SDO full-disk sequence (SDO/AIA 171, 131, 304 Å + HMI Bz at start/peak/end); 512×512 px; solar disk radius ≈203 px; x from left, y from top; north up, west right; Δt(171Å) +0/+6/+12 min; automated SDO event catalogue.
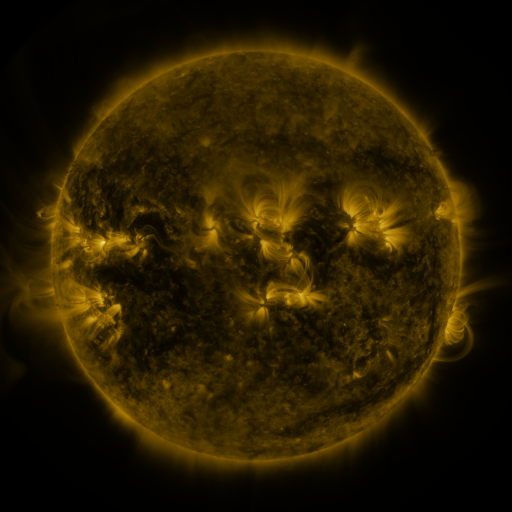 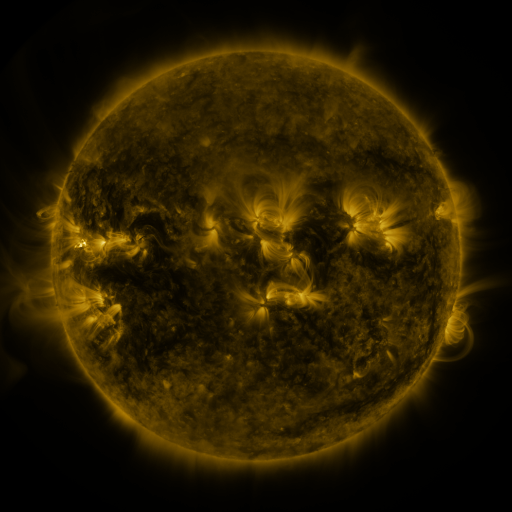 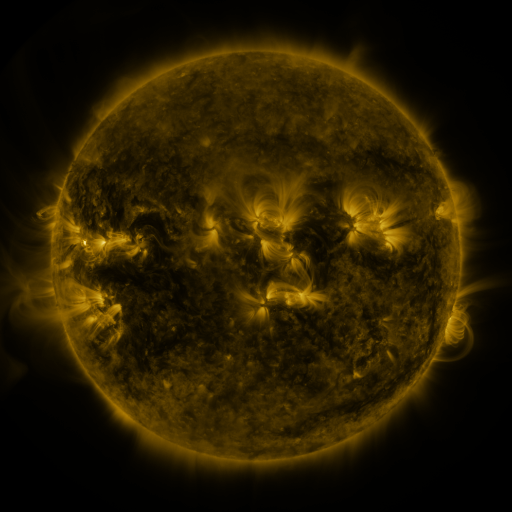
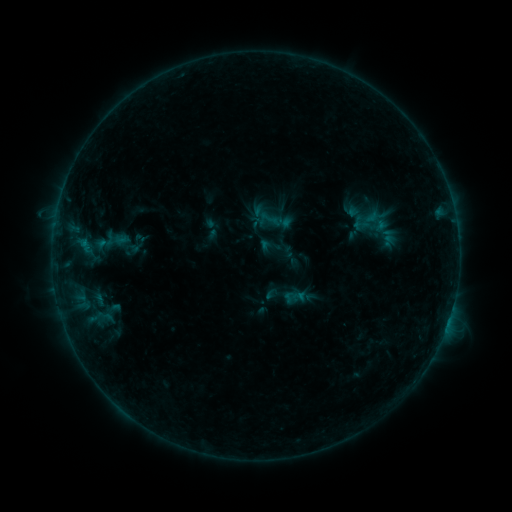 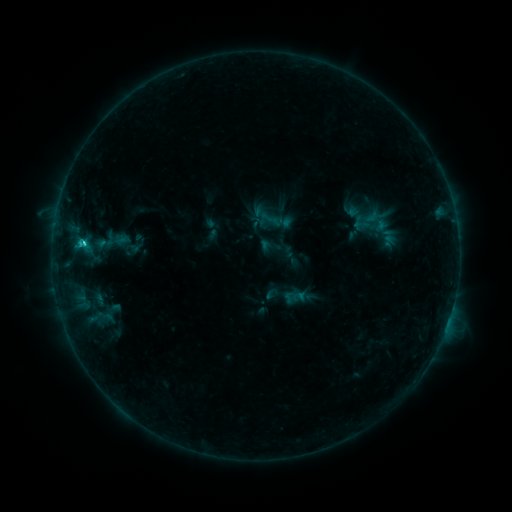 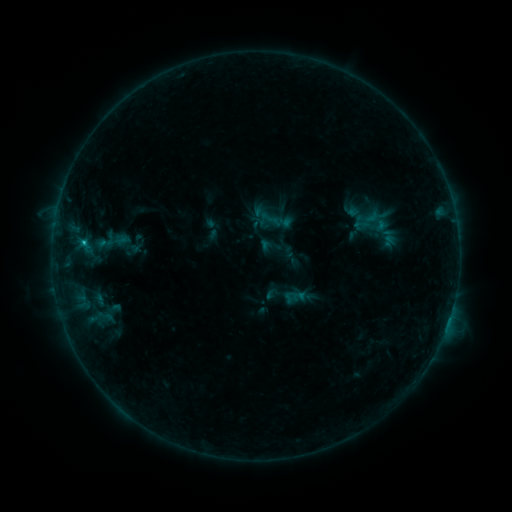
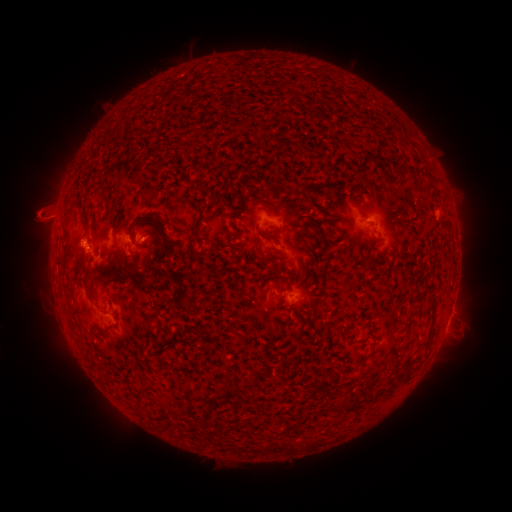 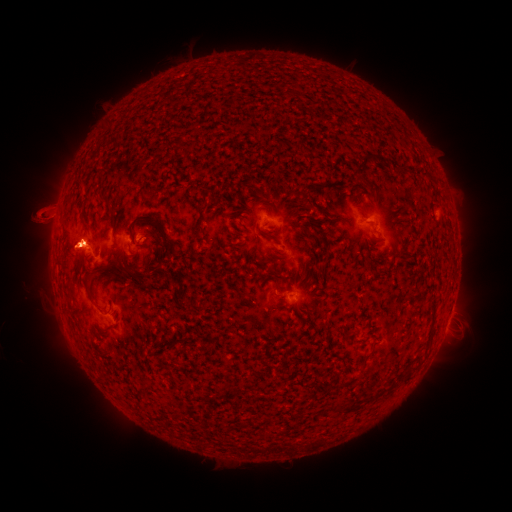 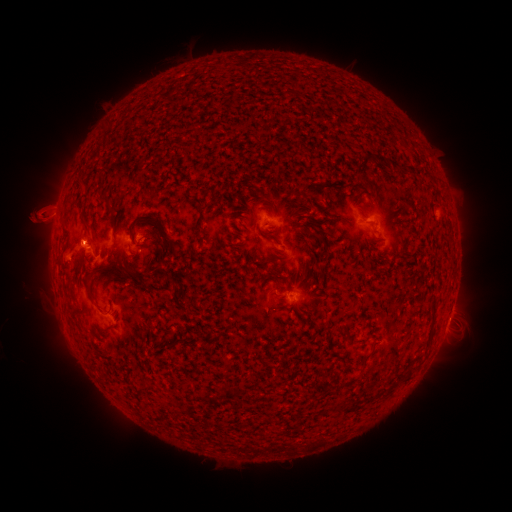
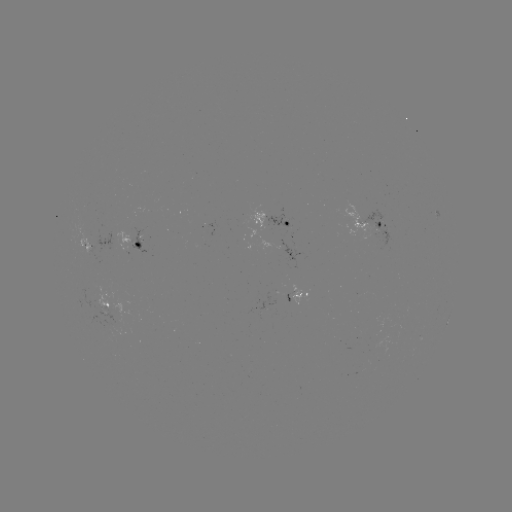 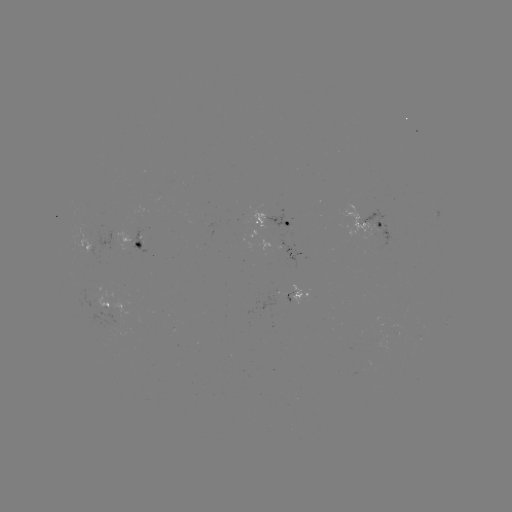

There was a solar eruption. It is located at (24, 251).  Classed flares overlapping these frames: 1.